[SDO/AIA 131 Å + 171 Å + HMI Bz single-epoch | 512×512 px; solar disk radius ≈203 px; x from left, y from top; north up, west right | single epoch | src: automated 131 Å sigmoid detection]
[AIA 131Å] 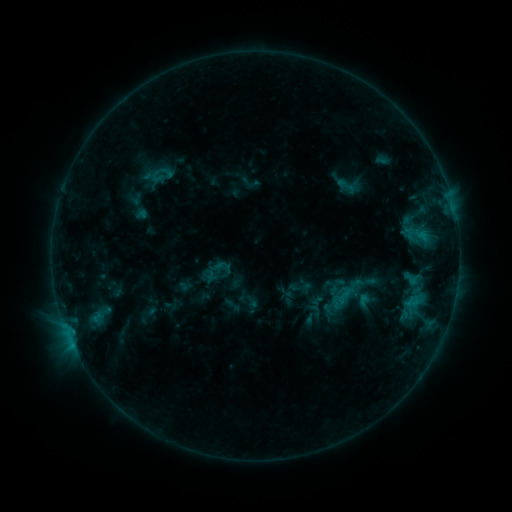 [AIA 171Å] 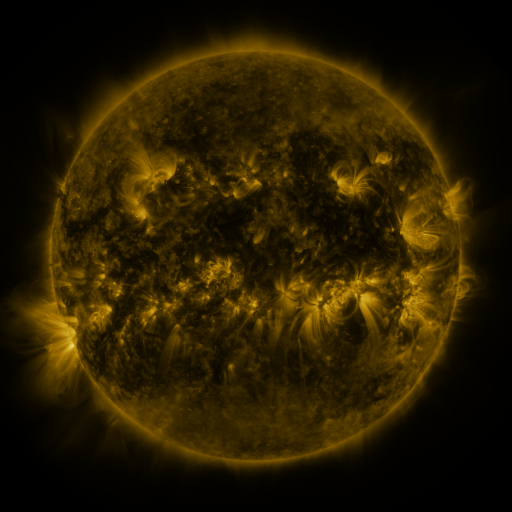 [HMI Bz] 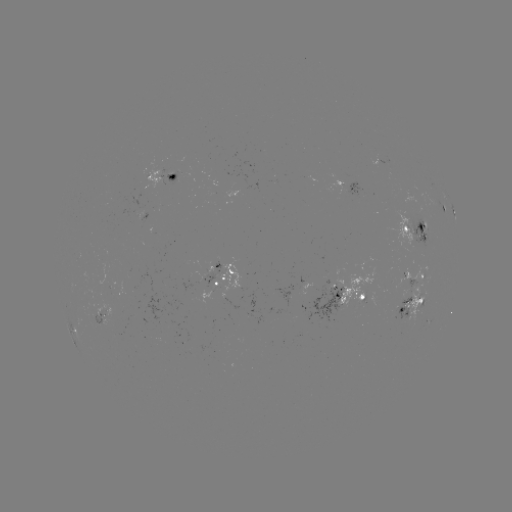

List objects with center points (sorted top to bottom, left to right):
sigmoid: (347, 186)
